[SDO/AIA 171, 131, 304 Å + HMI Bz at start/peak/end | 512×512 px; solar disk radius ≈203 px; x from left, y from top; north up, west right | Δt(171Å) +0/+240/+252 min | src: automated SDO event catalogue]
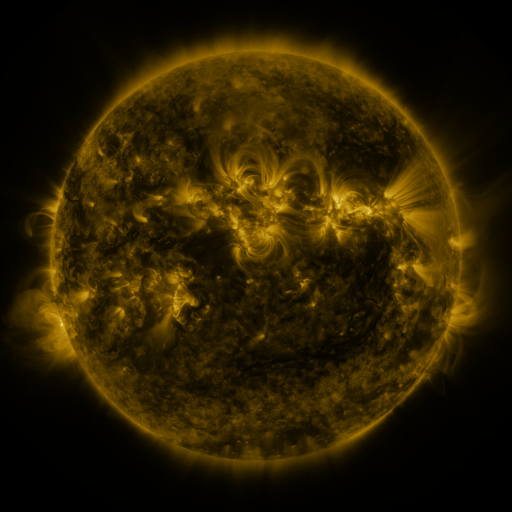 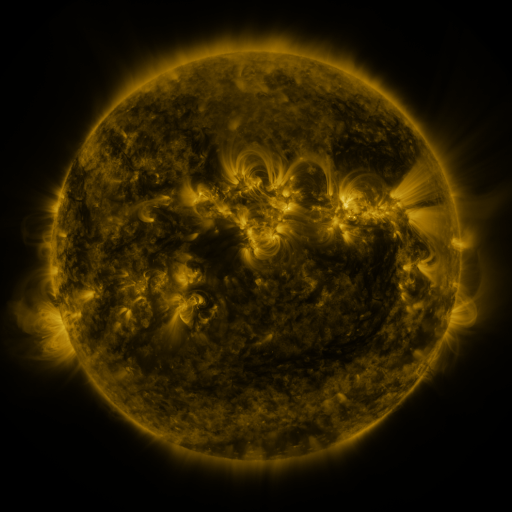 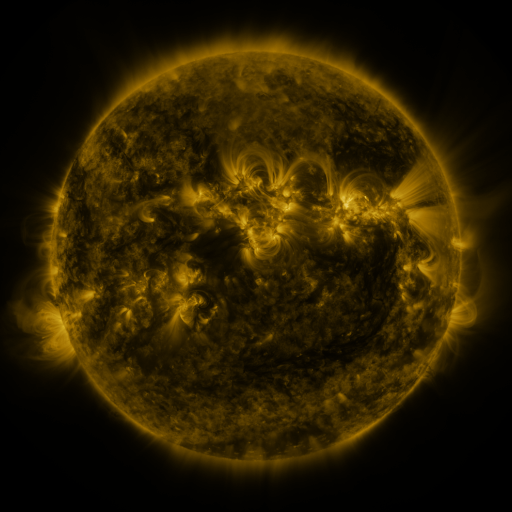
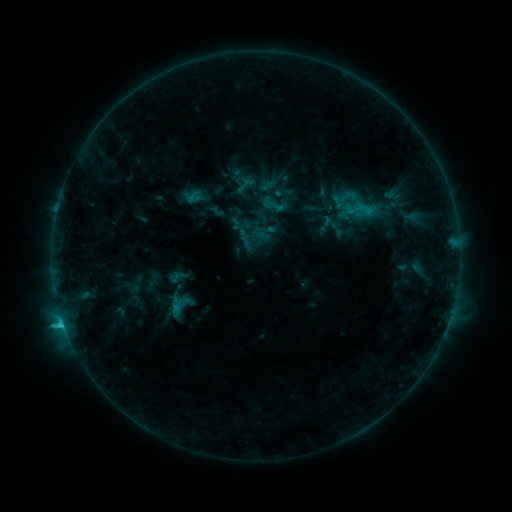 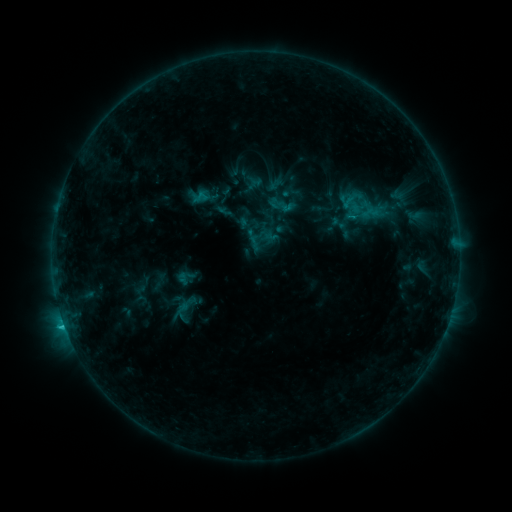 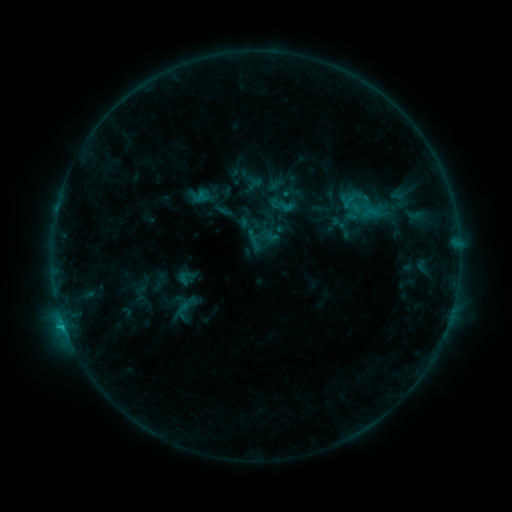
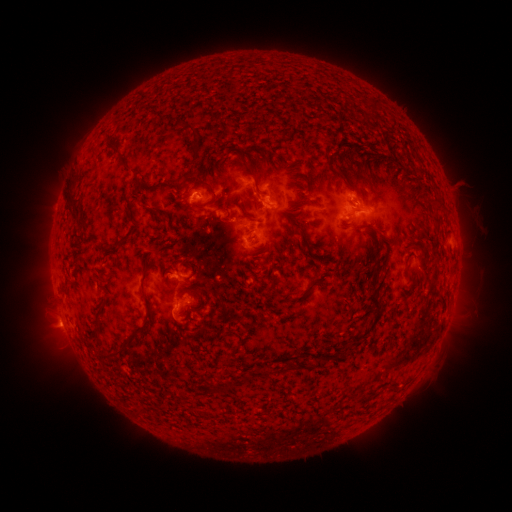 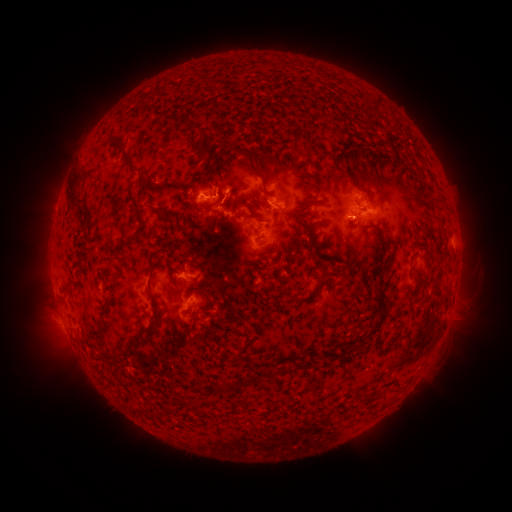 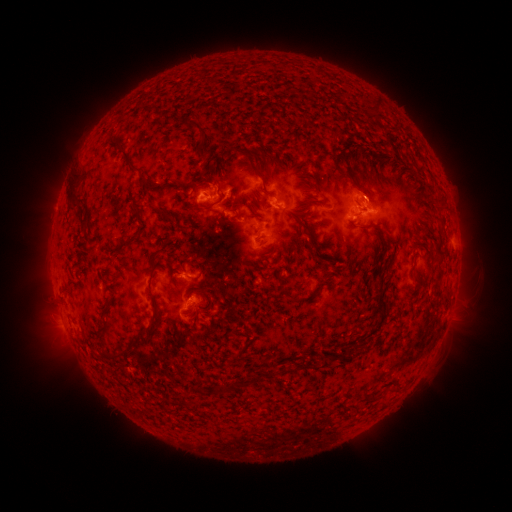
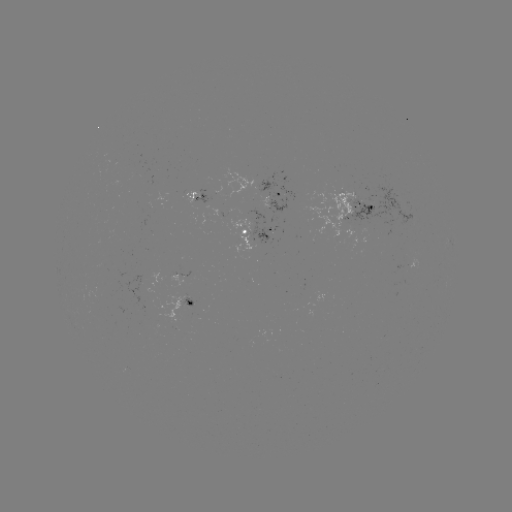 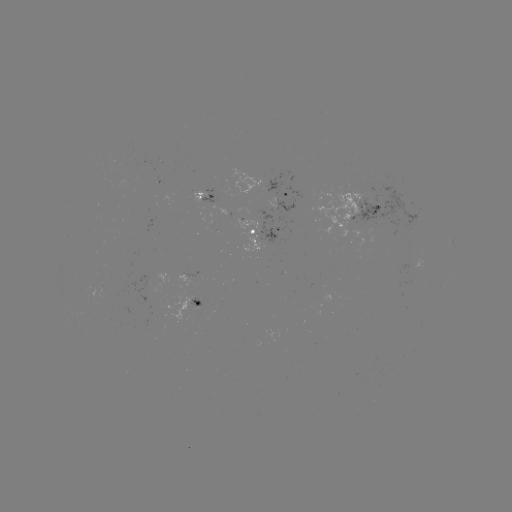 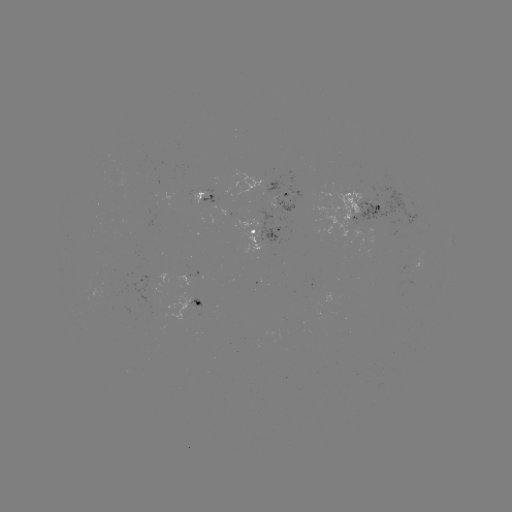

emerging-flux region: (312, 183, 368, 237)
